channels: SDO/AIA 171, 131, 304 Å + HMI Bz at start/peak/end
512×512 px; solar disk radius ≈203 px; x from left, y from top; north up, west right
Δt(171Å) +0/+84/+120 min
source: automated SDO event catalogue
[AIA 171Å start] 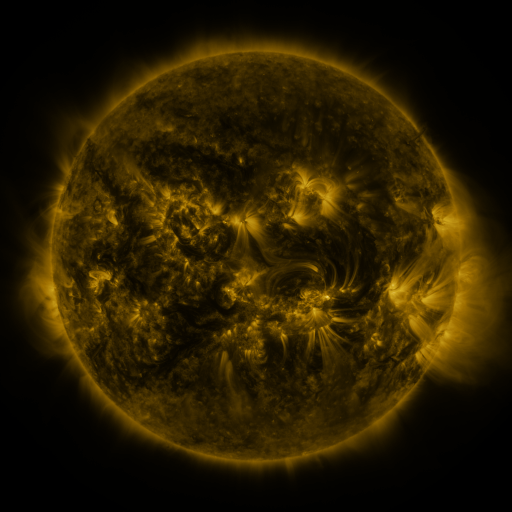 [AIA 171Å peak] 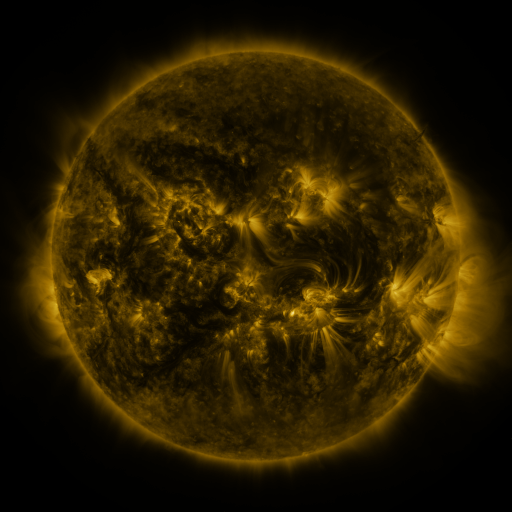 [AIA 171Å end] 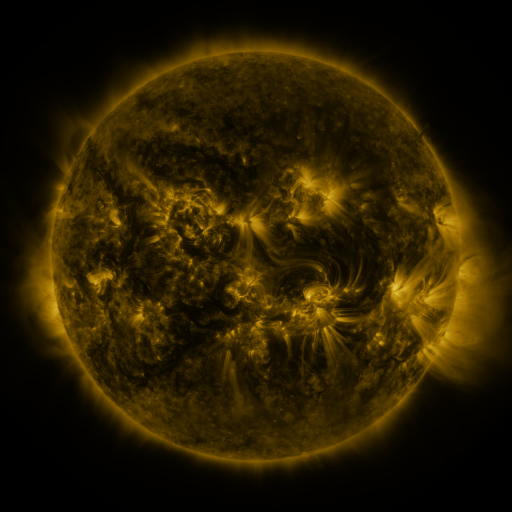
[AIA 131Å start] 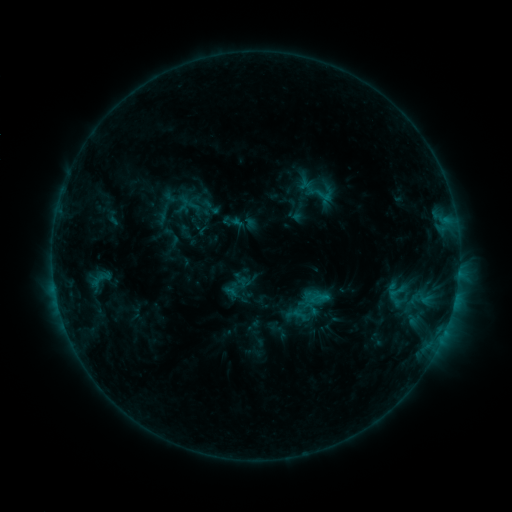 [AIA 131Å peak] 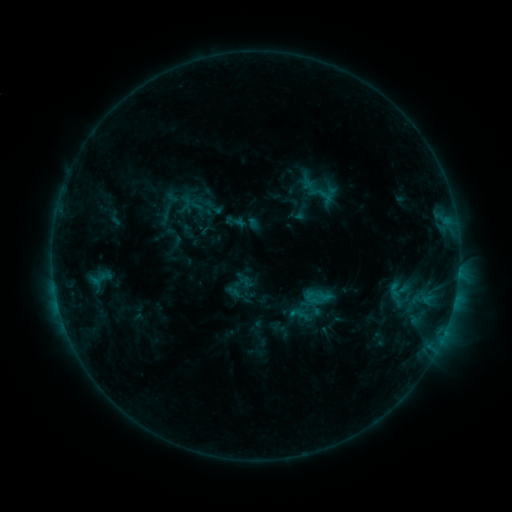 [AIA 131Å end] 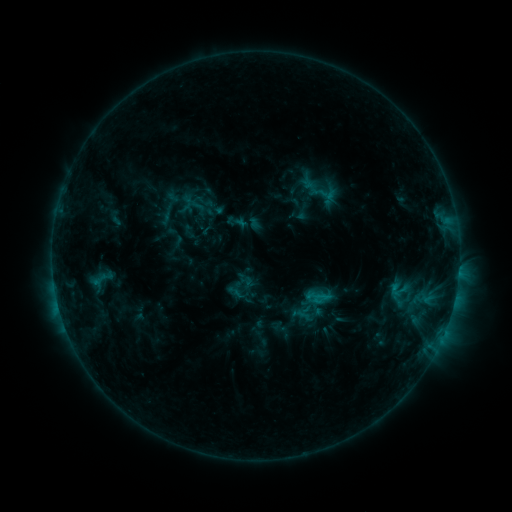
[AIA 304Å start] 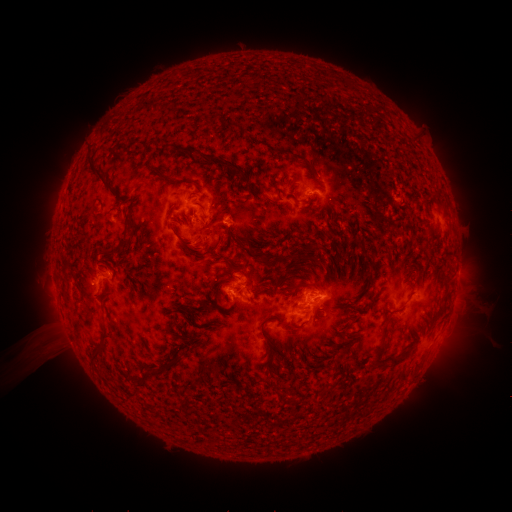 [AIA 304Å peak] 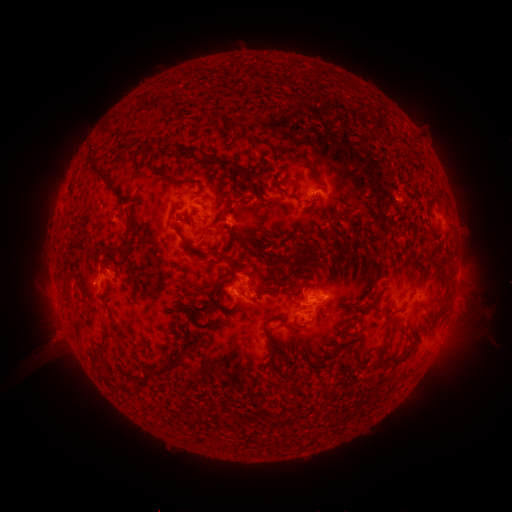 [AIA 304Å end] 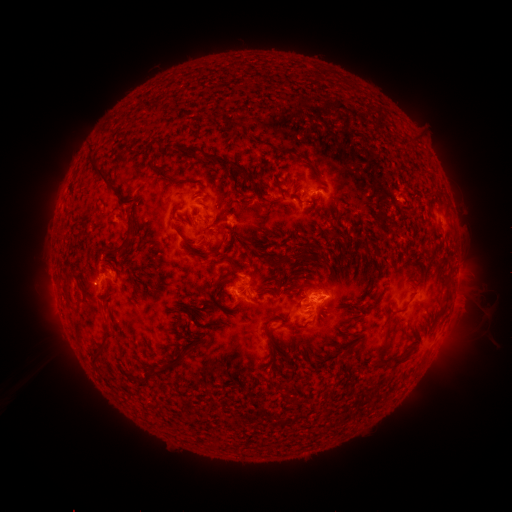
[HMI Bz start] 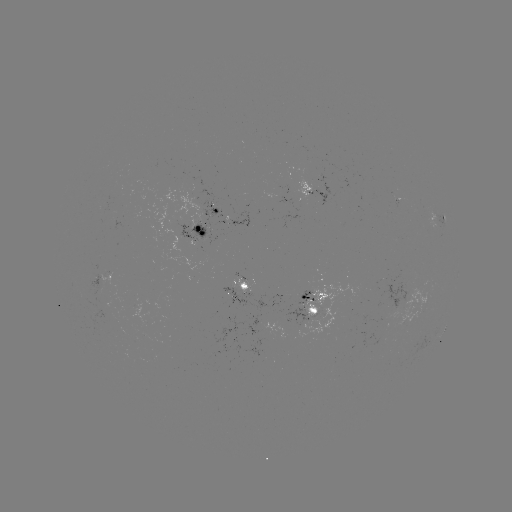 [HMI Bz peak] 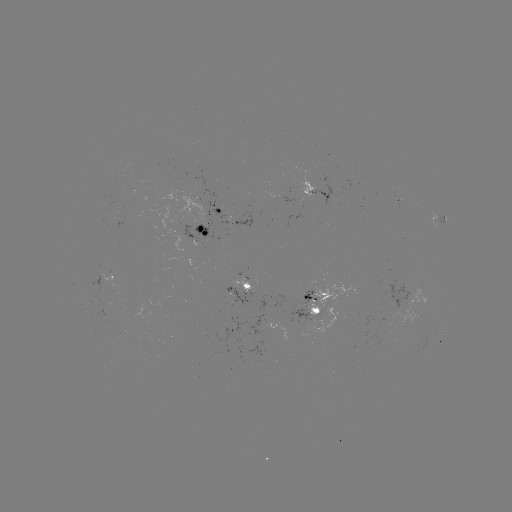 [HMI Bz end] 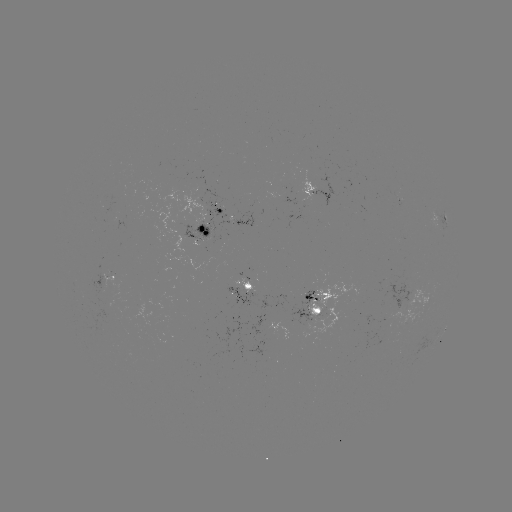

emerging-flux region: <bbox>391, 194, 402, 201</bbox>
